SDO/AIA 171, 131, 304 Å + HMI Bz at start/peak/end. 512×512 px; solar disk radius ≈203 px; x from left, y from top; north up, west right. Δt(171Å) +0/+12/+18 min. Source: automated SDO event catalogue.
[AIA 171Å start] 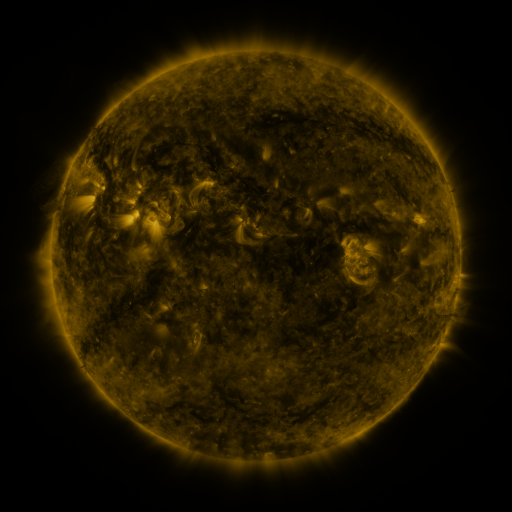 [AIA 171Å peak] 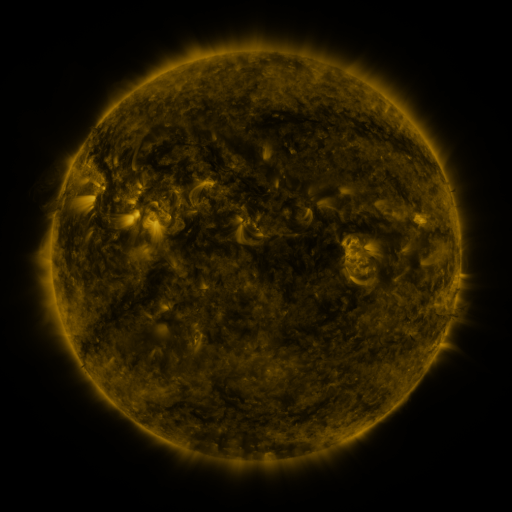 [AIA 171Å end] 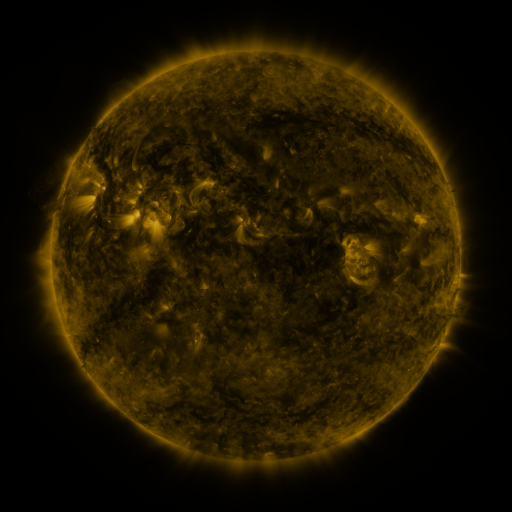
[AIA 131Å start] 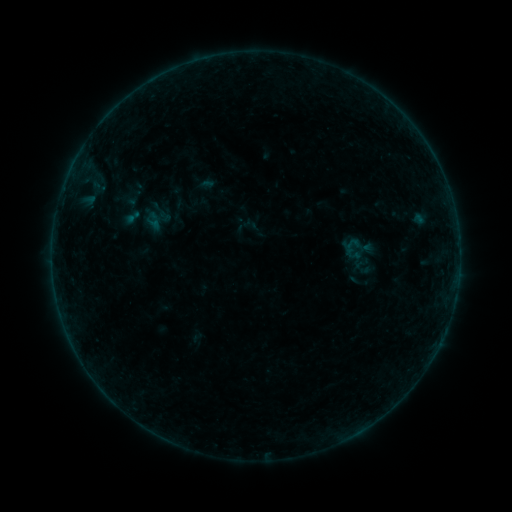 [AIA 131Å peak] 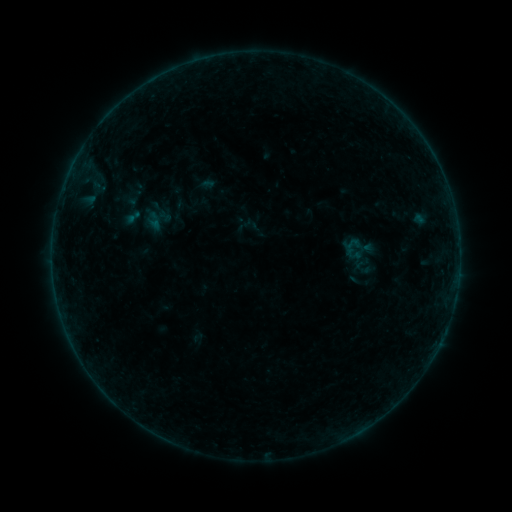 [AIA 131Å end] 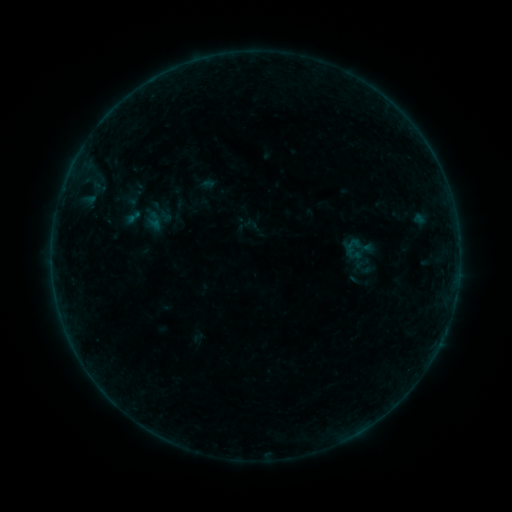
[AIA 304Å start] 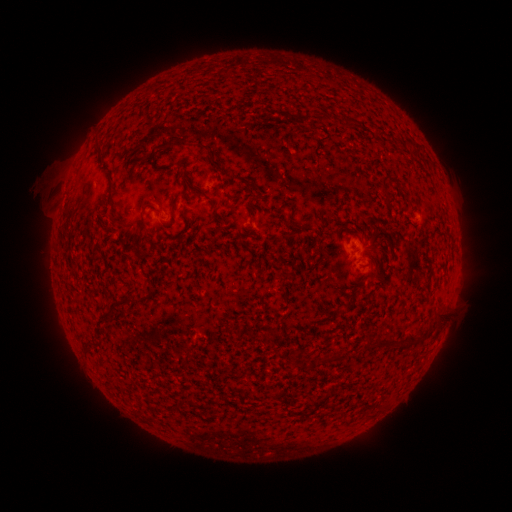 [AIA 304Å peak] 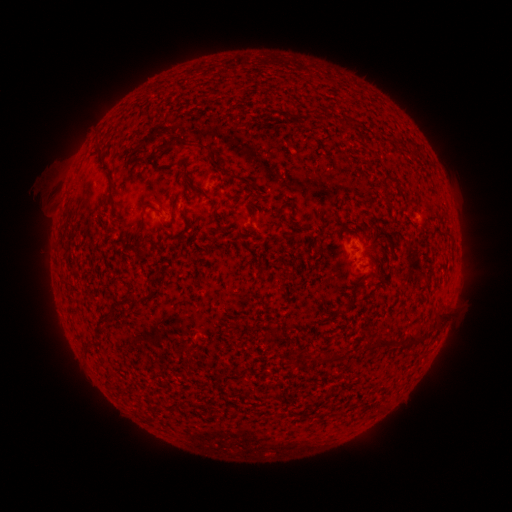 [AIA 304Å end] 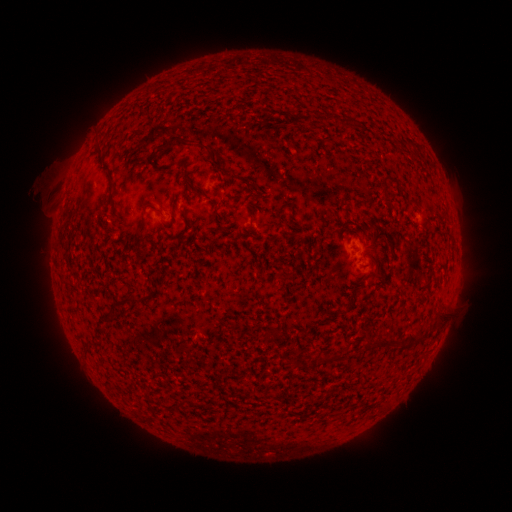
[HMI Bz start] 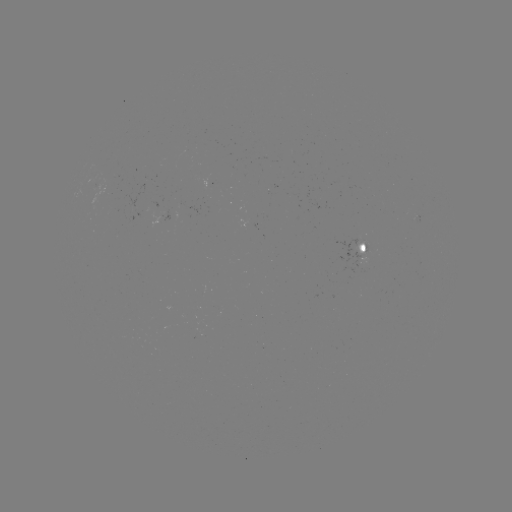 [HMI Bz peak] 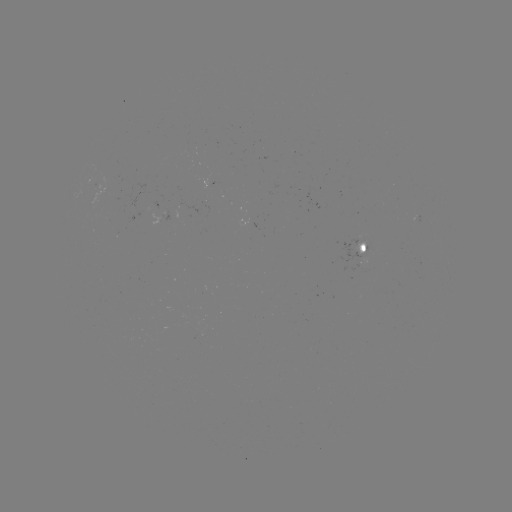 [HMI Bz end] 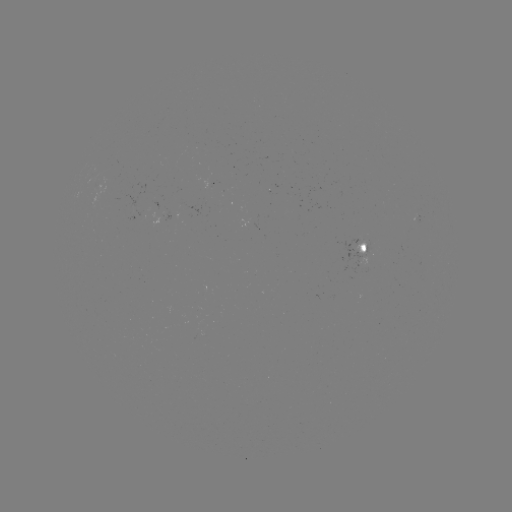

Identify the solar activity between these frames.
no catalogued flare and no flagged EUV brightening in this window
